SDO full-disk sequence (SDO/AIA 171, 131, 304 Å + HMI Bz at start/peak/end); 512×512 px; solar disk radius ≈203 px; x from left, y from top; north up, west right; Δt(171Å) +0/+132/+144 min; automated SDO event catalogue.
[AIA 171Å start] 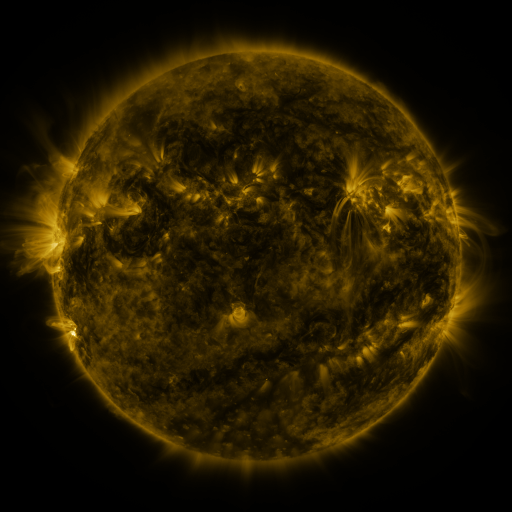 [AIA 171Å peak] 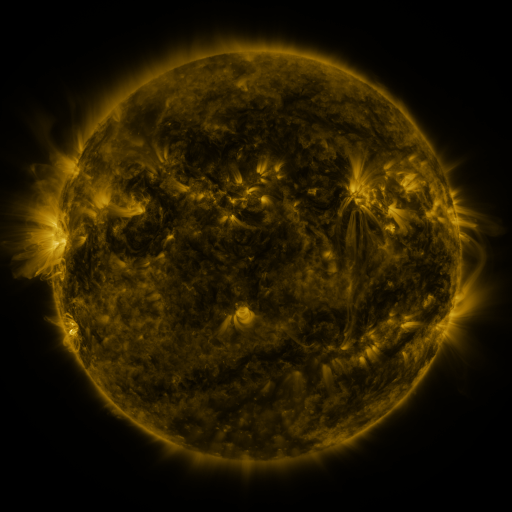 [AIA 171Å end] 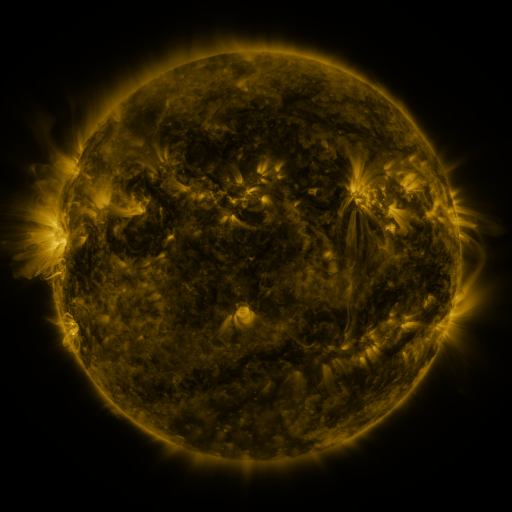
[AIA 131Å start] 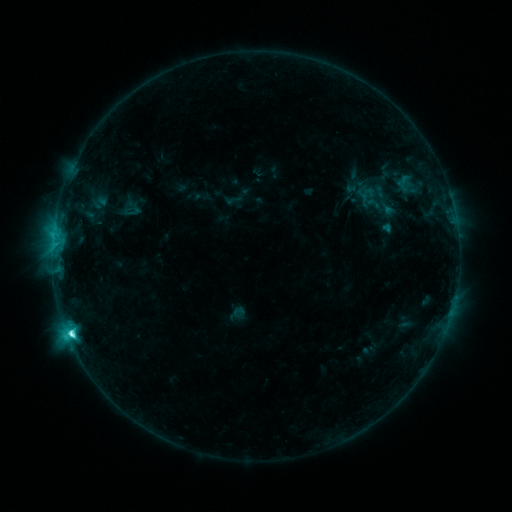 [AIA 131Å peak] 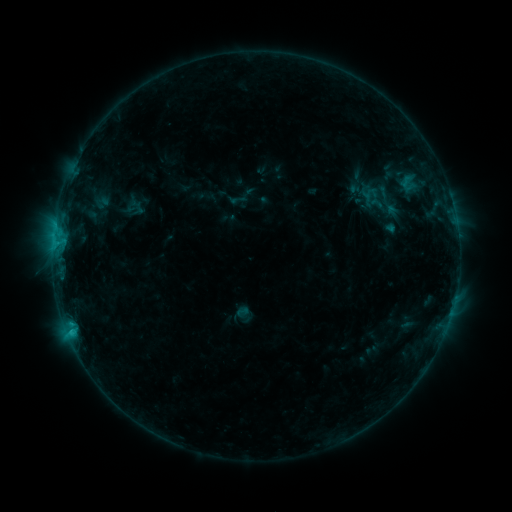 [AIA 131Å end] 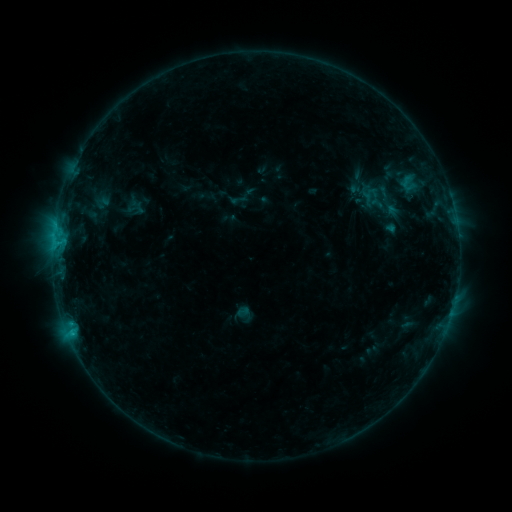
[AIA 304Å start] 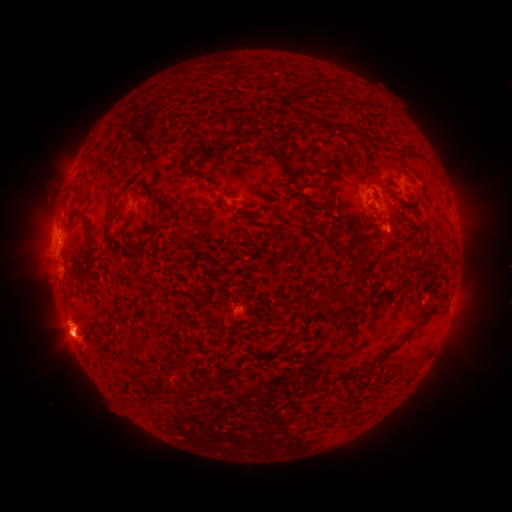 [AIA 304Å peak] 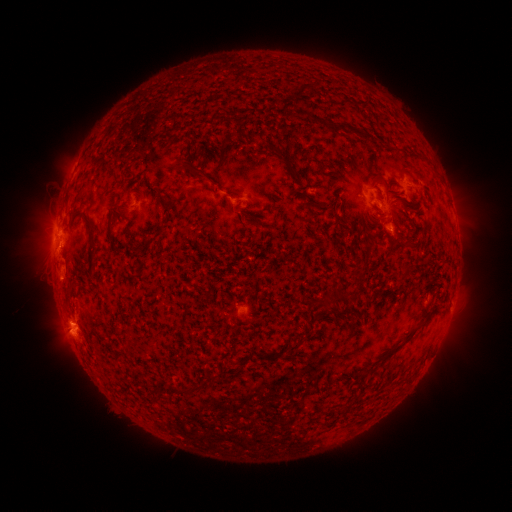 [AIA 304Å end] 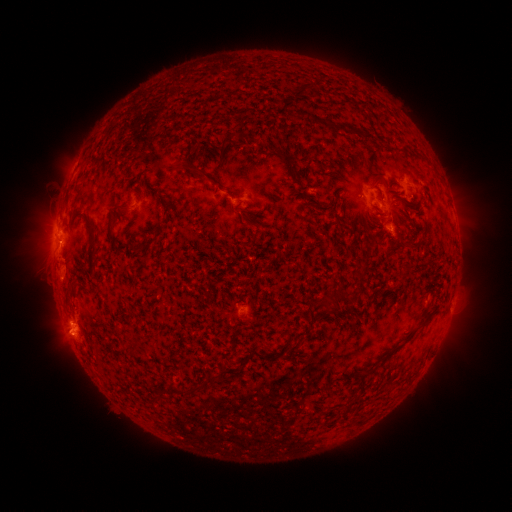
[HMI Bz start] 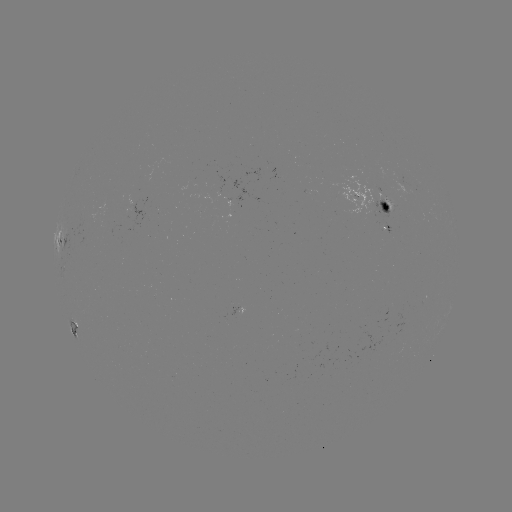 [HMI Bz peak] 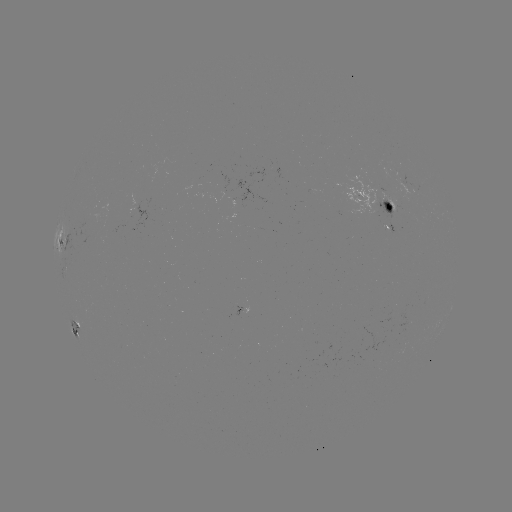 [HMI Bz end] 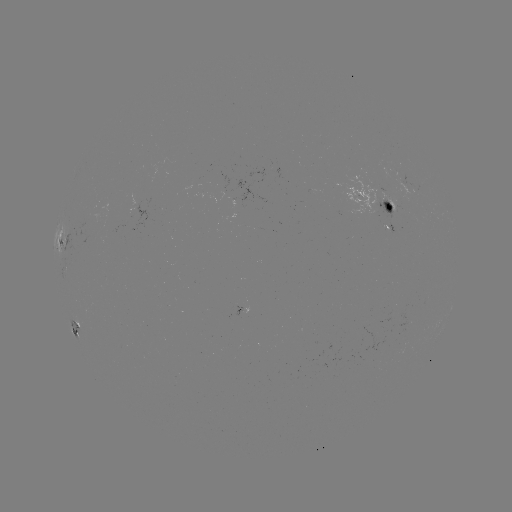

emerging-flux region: <bbox>339, 176, 383, 216</bbox>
